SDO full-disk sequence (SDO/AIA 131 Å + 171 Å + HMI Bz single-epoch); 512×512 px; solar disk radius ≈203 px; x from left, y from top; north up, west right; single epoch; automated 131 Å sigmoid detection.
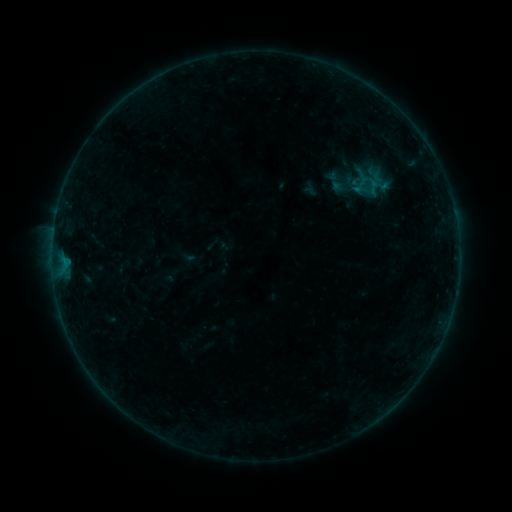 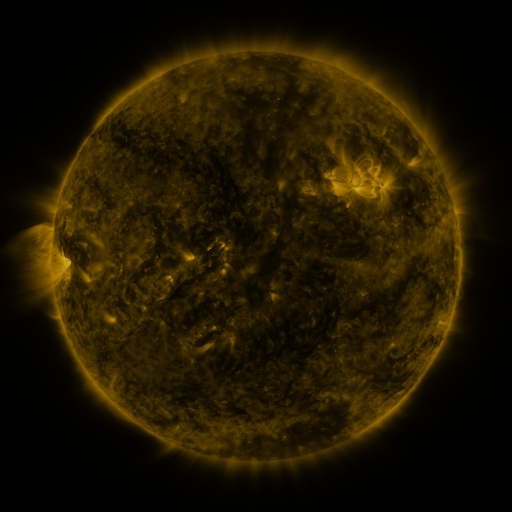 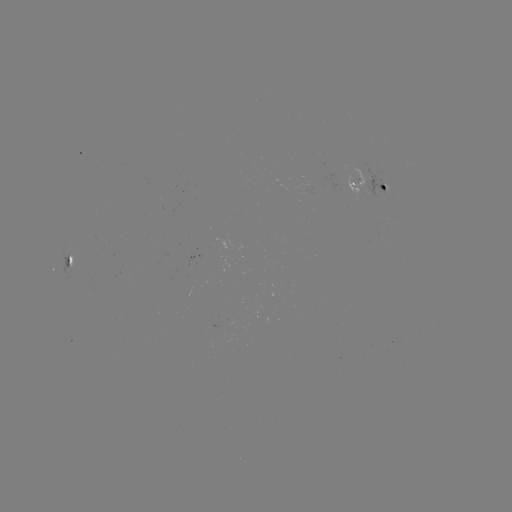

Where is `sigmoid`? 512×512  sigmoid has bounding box [360, 175, 387, 198].